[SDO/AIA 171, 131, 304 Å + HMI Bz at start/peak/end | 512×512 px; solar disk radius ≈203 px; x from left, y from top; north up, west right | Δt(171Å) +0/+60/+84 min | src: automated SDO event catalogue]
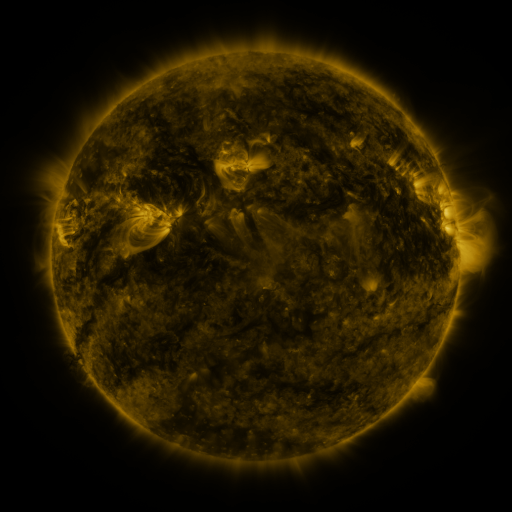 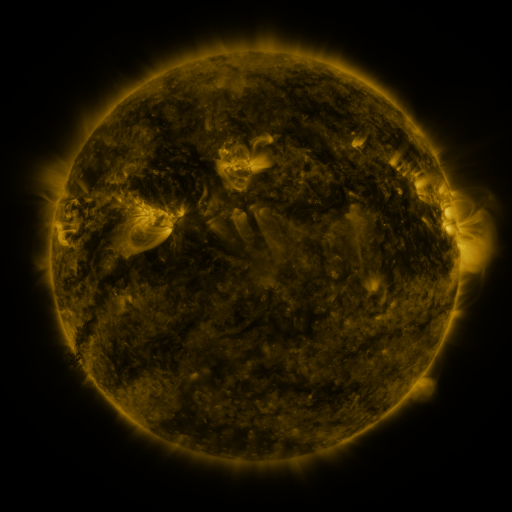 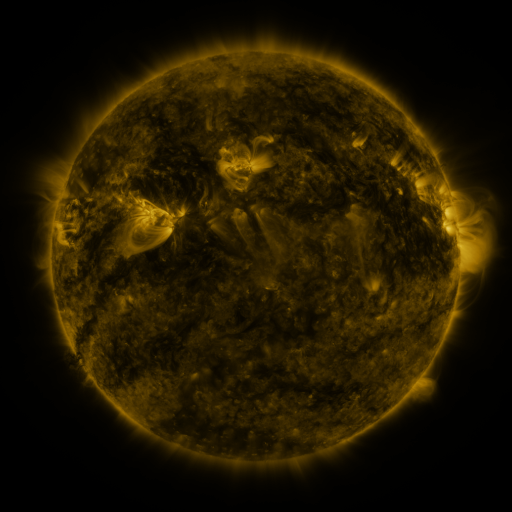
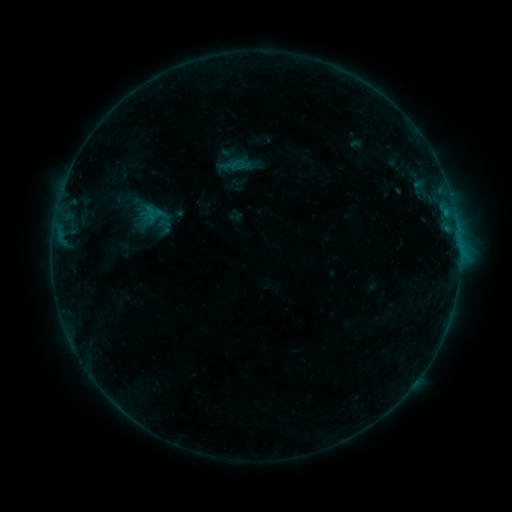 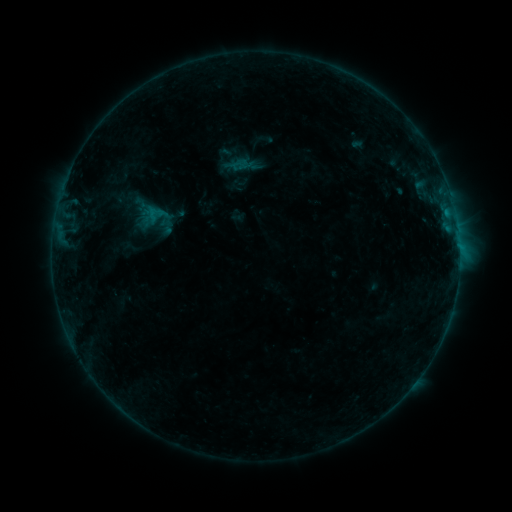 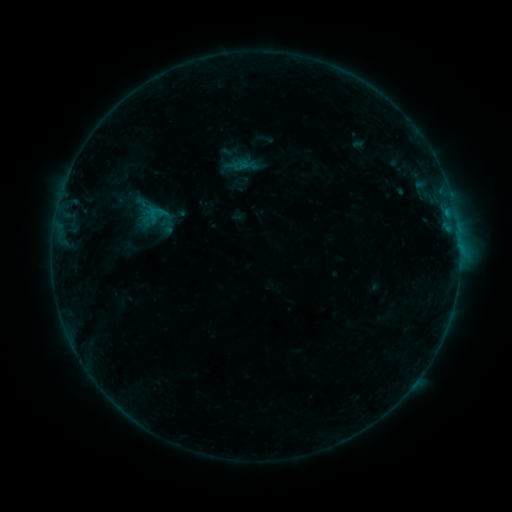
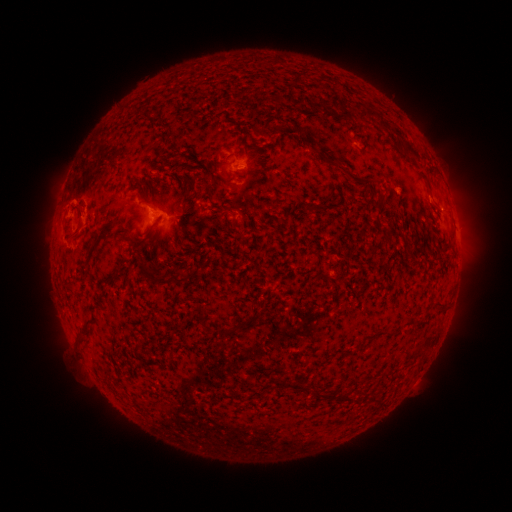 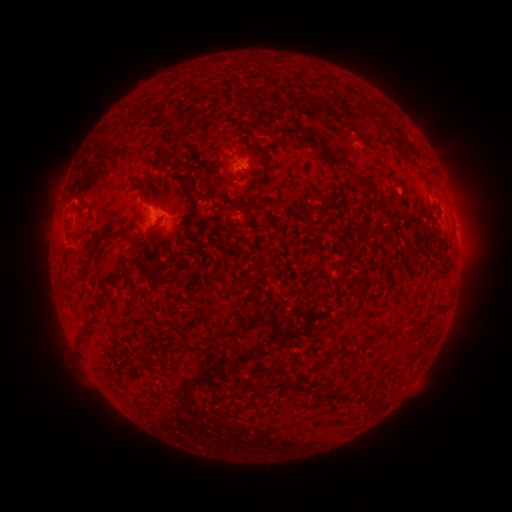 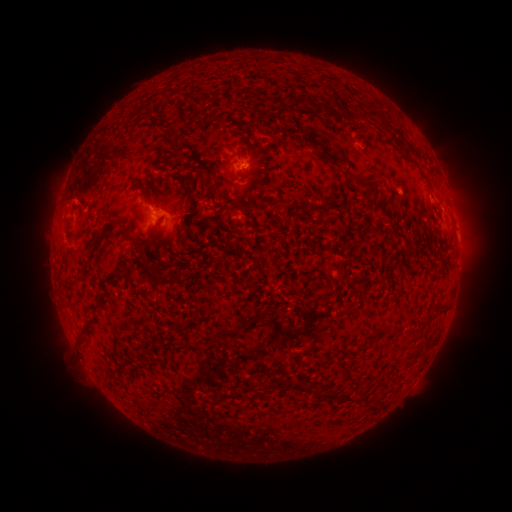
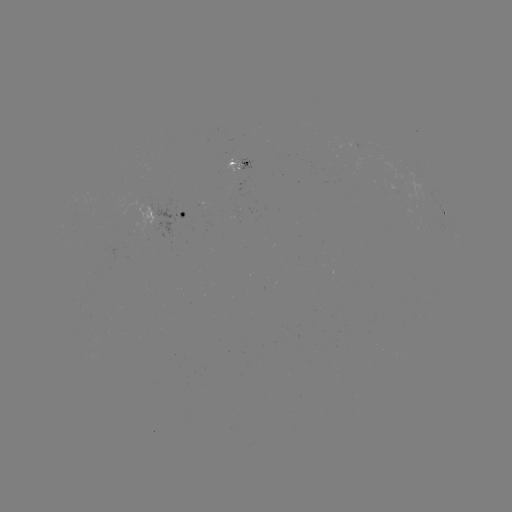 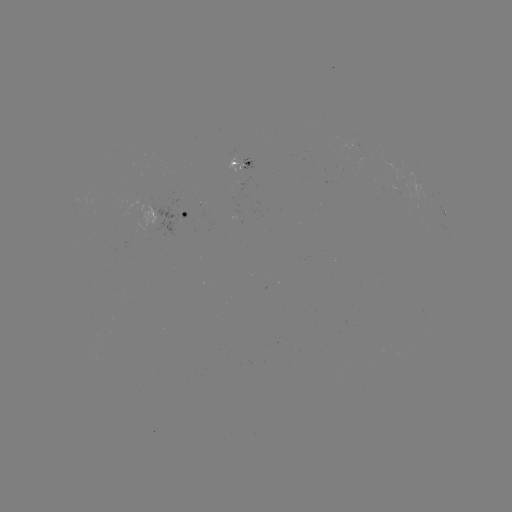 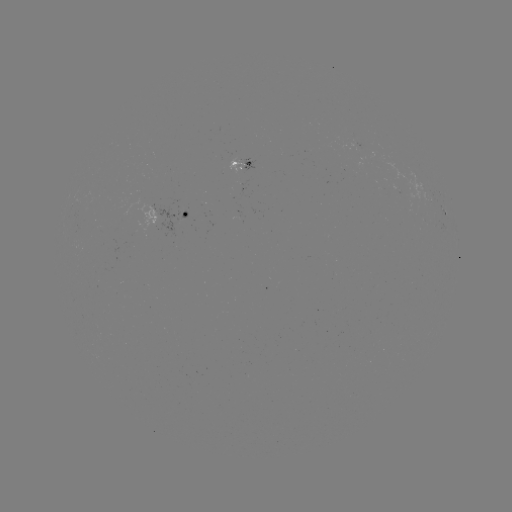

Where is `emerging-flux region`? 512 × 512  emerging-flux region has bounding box [227, 156, 242, 173].